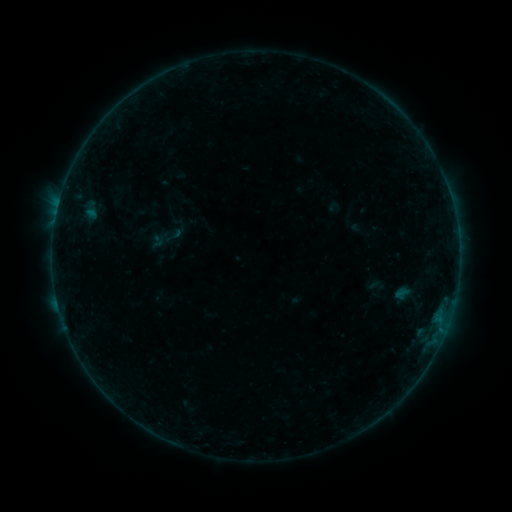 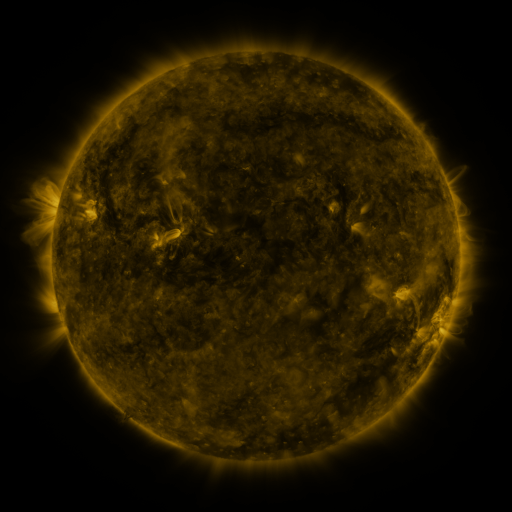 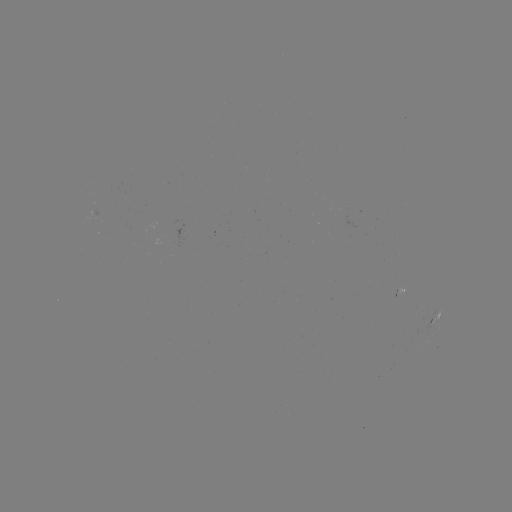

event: sigmoid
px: (174, 235)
